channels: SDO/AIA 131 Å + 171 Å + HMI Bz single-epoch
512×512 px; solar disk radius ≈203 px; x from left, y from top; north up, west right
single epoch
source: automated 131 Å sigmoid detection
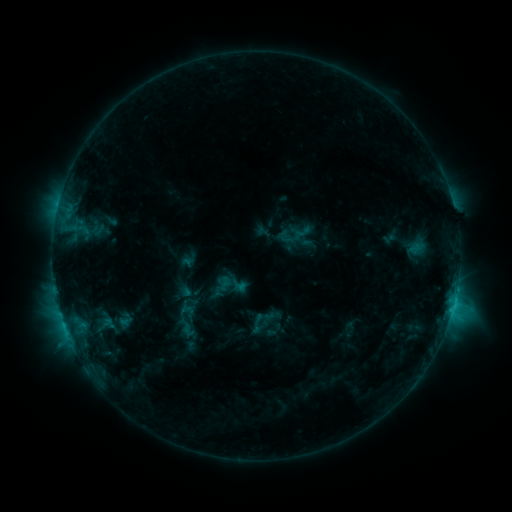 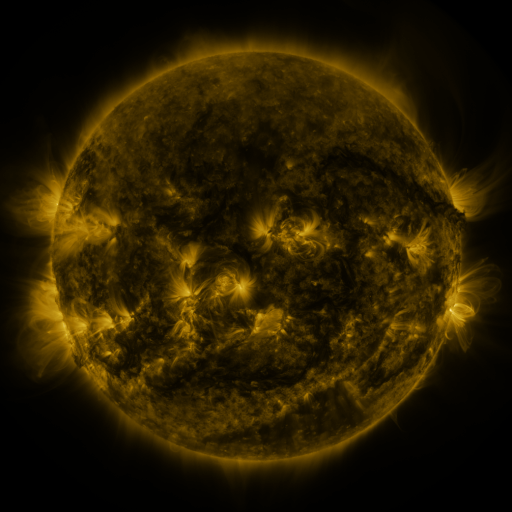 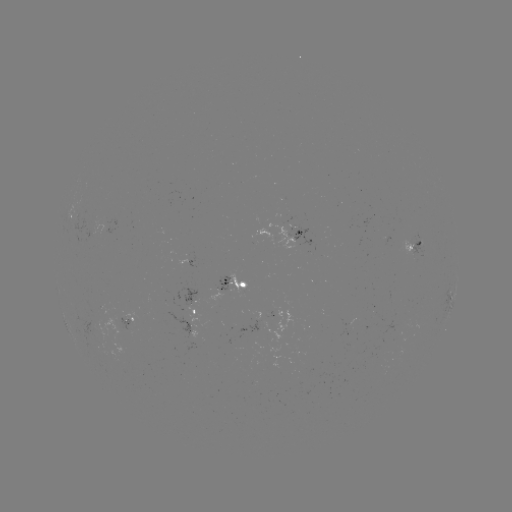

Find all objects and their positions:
sigmoid: (178, 320, 198, 339)
